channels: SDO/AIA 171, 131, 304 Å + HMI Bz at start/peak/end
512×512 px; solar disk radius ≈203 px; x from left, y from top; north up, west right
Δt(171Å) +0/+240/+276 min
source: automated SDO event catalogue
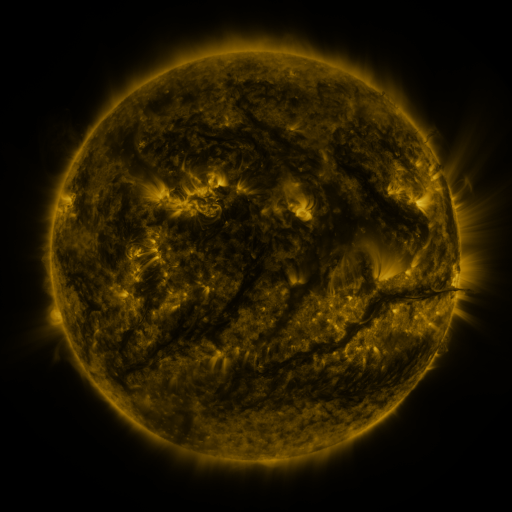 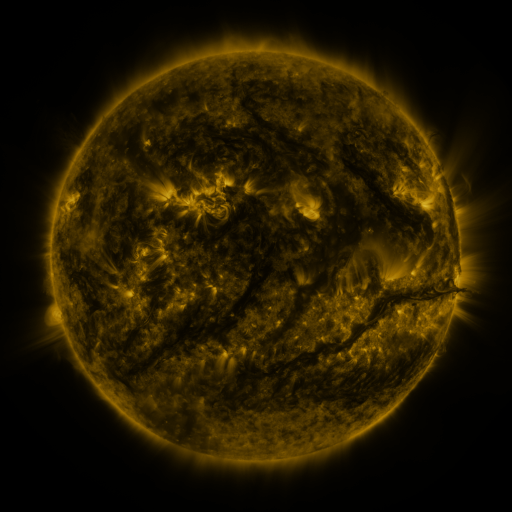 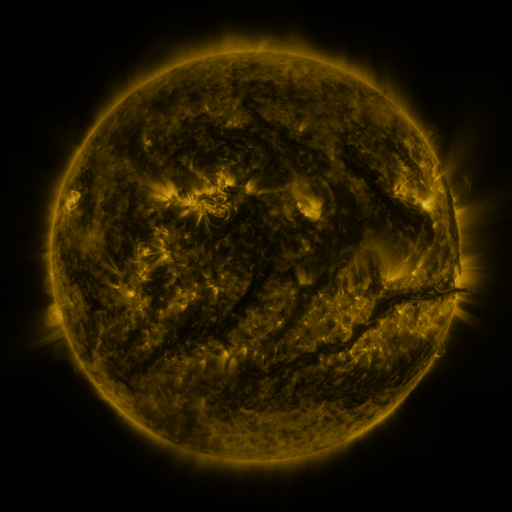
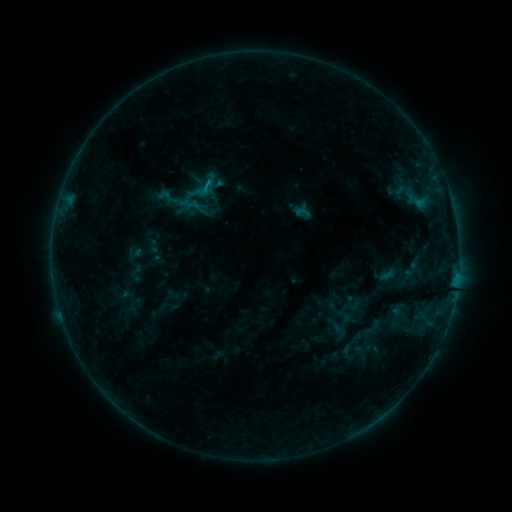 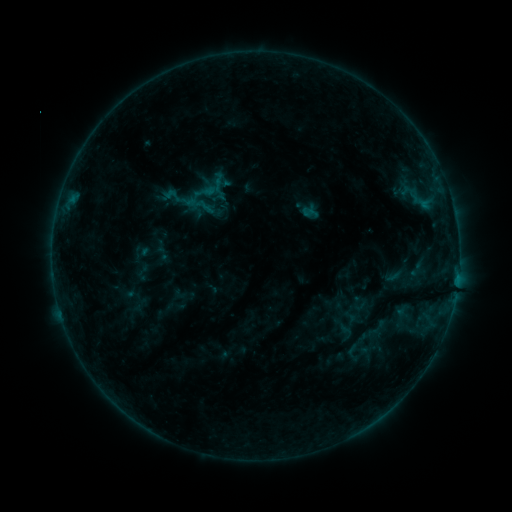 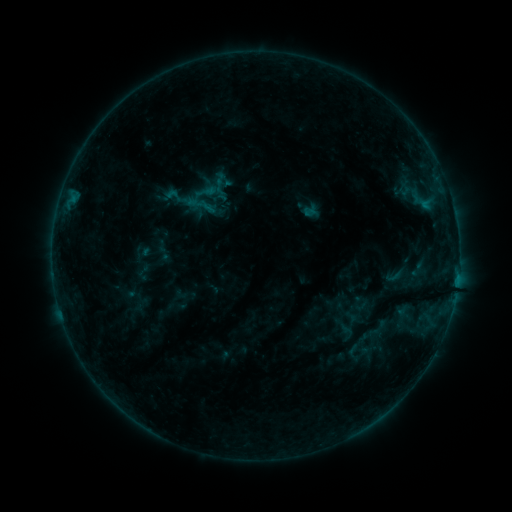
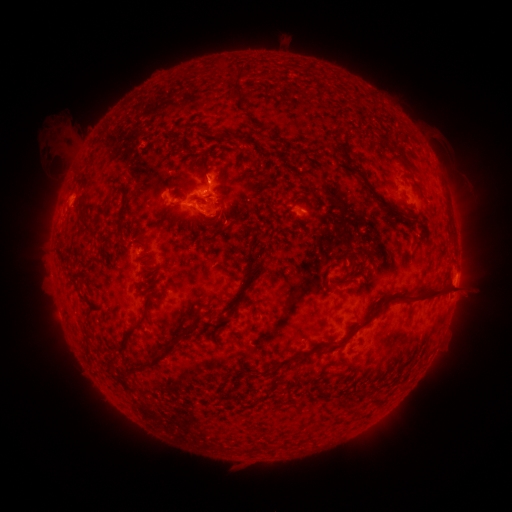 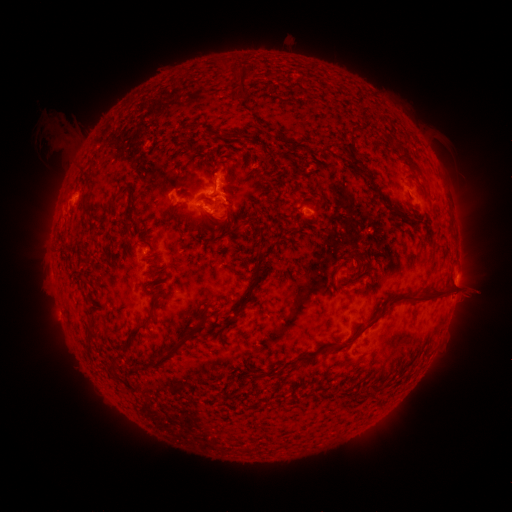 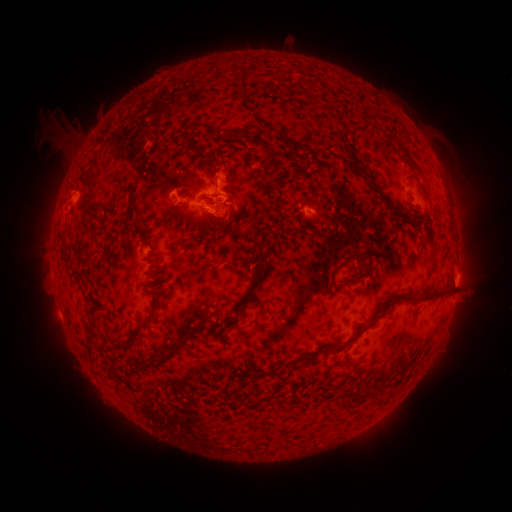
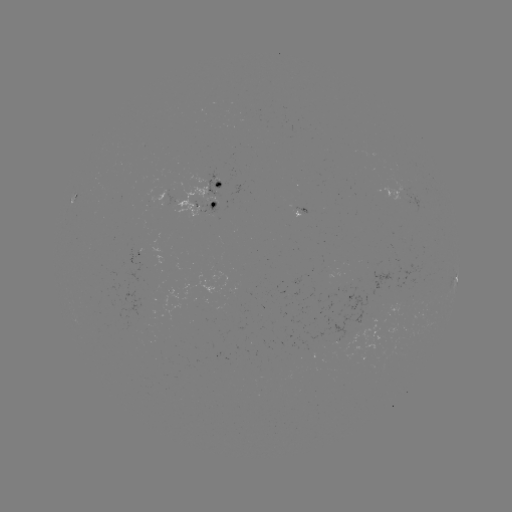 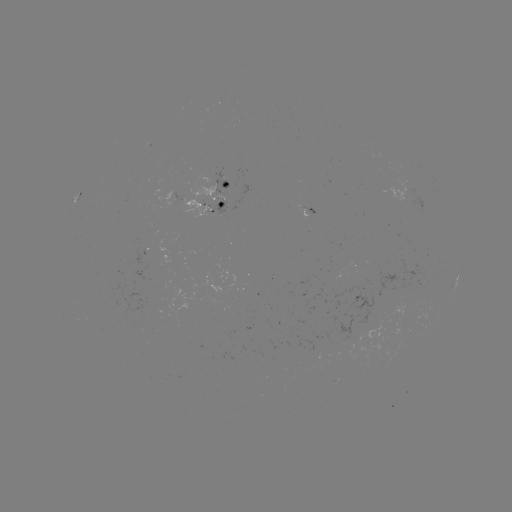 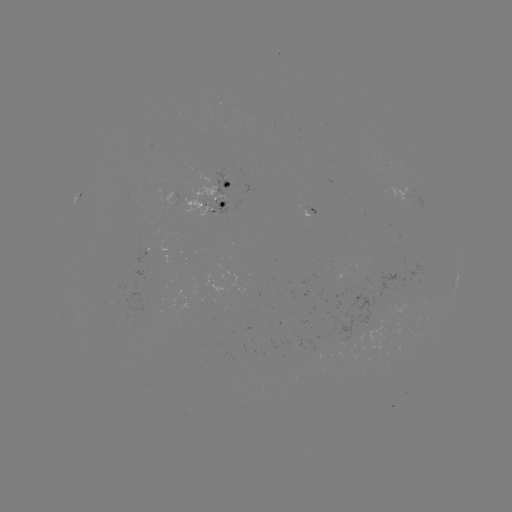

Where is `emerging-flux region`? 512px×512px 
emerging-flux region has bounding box [206, 197, 227, 215].